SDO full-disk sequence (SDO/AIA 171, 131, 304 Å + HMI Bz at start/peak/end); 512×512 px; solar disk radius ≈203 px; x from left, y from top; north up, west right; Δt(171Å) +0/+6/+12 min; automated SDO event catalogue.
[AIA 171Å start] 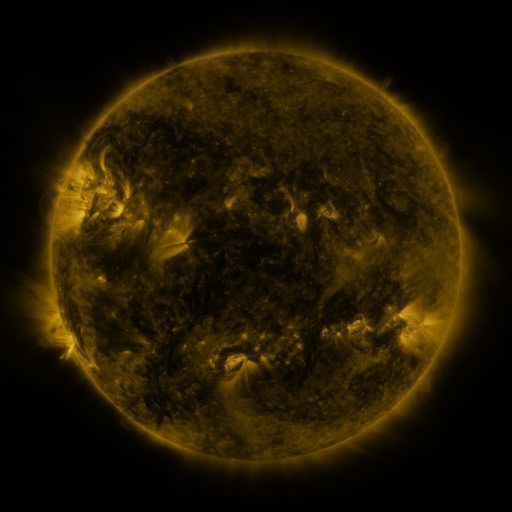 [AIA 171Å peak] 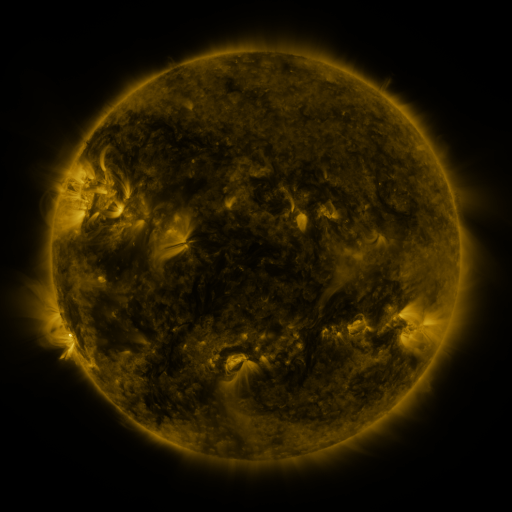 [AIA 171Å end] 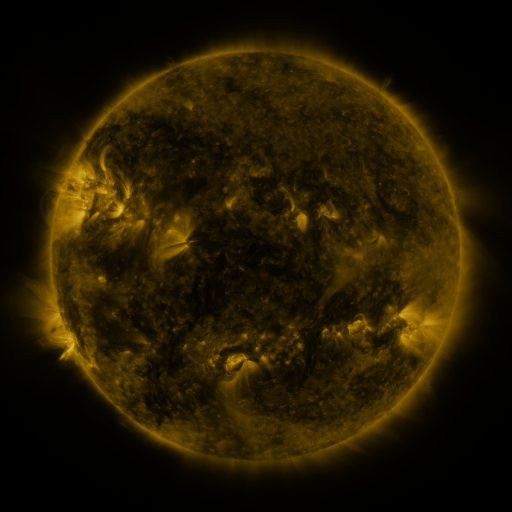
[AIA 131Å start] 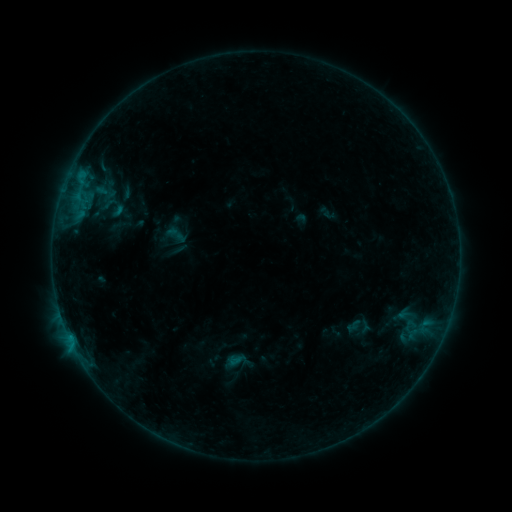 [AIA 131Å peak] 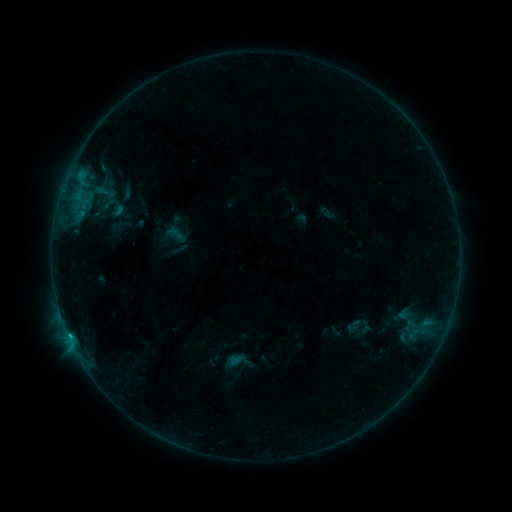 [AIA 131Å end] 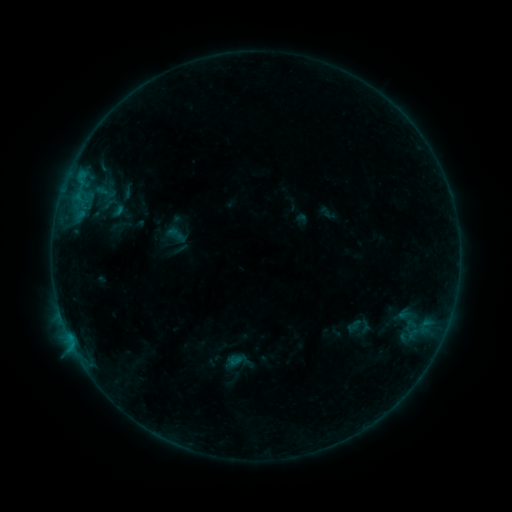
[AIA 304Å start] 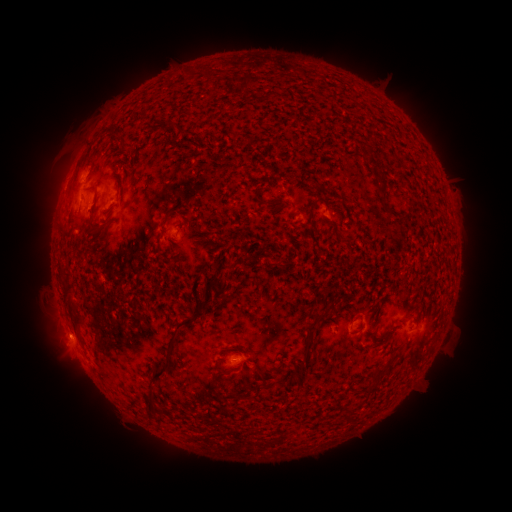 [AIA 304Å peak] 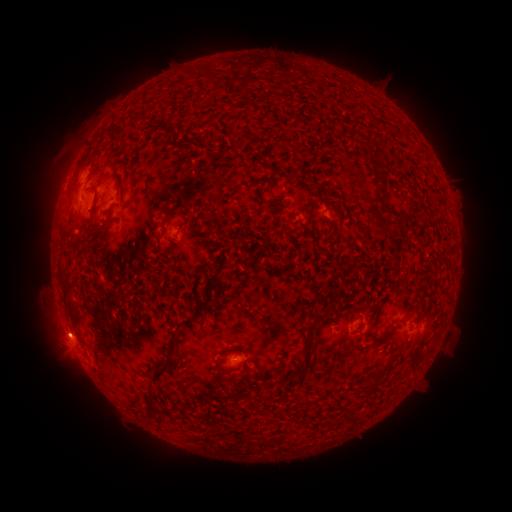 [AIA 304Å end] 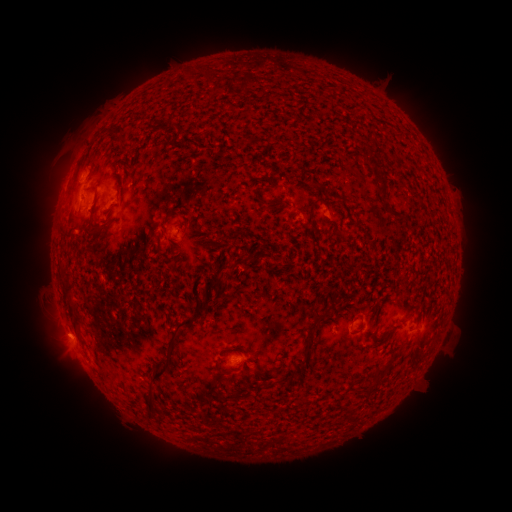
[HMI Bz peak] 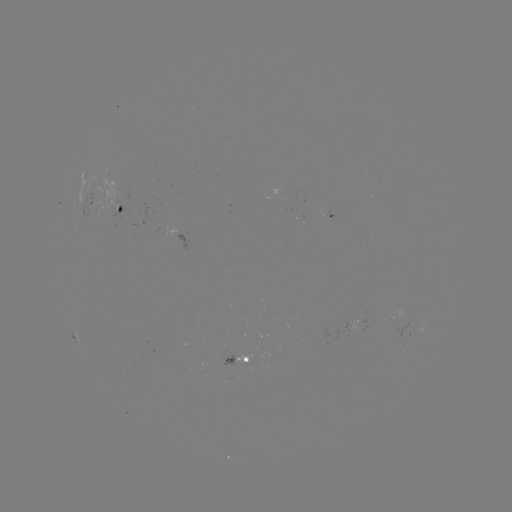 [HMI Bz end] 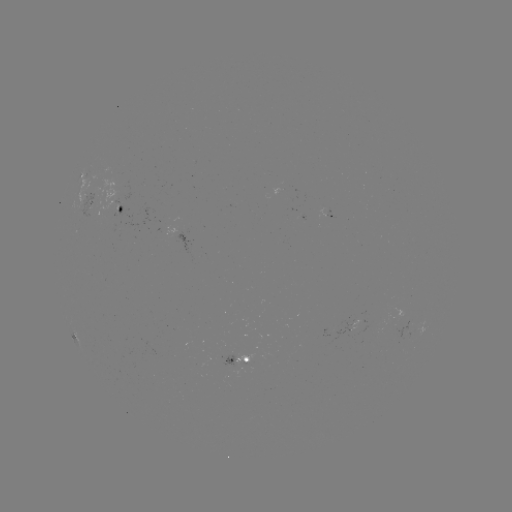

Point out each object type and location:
B4.0 flare: (70, 334)
